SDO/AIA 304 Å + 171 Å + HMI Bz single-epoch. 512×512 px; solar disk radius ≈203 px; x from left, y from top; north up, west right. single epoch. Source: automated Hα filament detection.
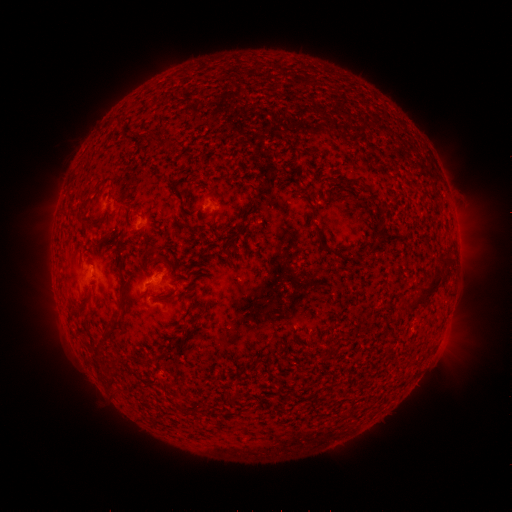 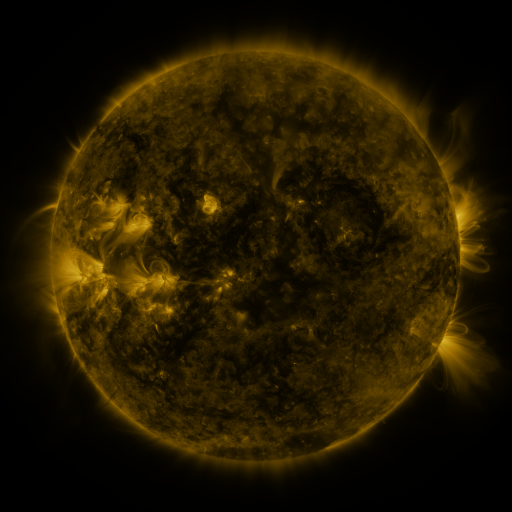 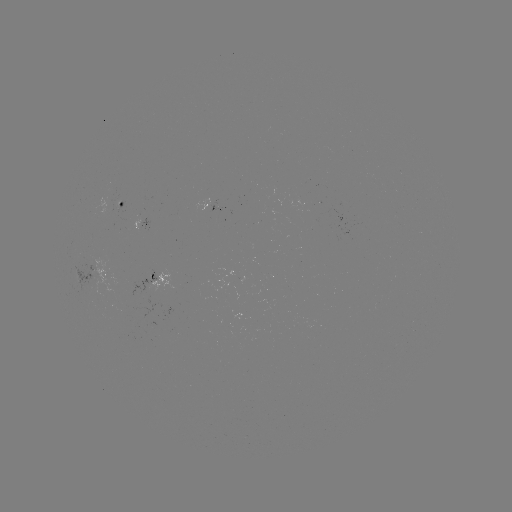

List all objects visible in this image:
filament: (153, 143)
filament: (85, 202)
filament: (85, 219)
filament: (328, 250)
filament: (367, 254)
filament: (123, 293)
filament: (424, 293)
filament: (113, 328)
